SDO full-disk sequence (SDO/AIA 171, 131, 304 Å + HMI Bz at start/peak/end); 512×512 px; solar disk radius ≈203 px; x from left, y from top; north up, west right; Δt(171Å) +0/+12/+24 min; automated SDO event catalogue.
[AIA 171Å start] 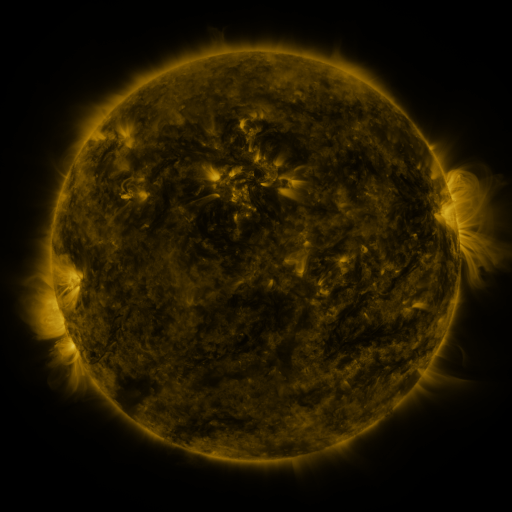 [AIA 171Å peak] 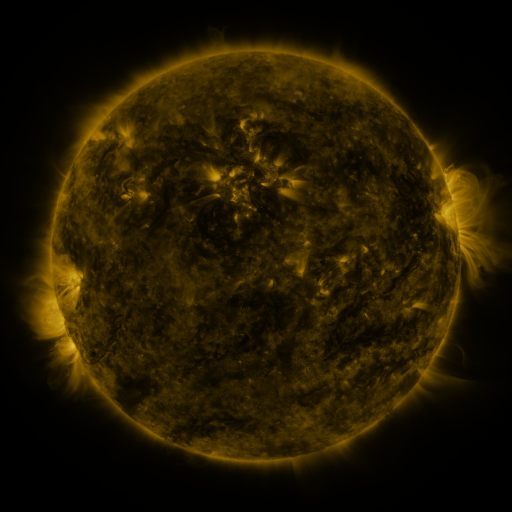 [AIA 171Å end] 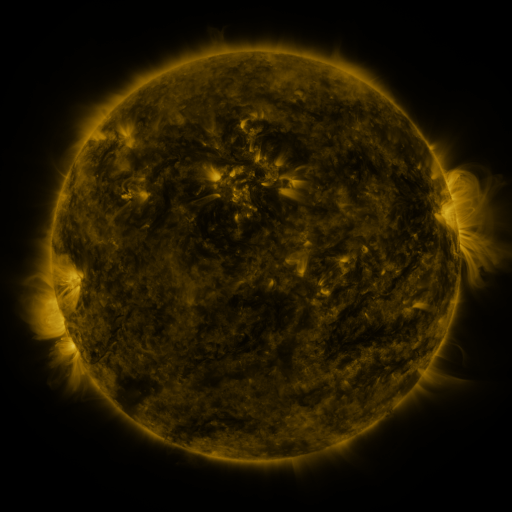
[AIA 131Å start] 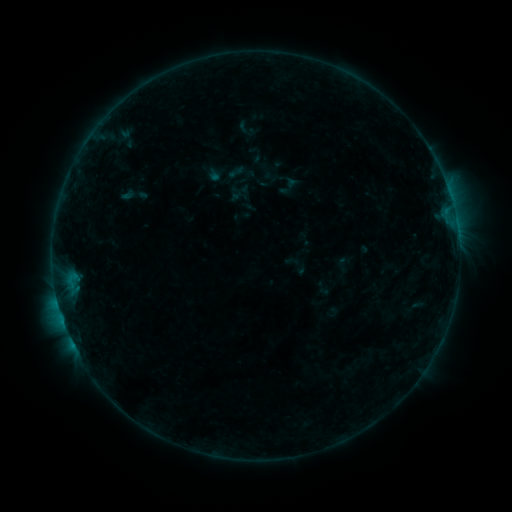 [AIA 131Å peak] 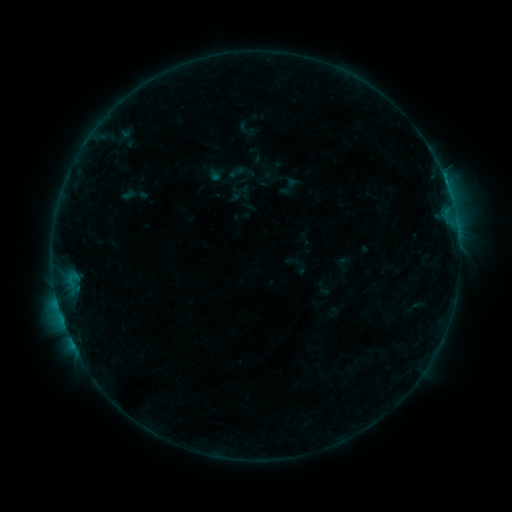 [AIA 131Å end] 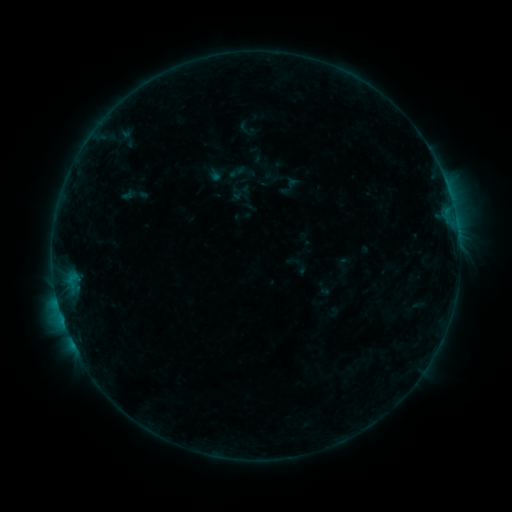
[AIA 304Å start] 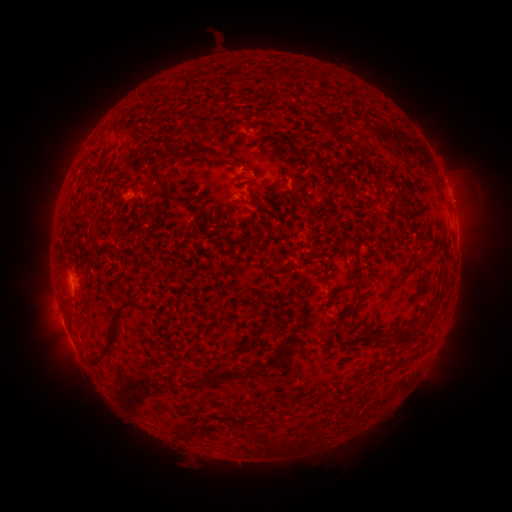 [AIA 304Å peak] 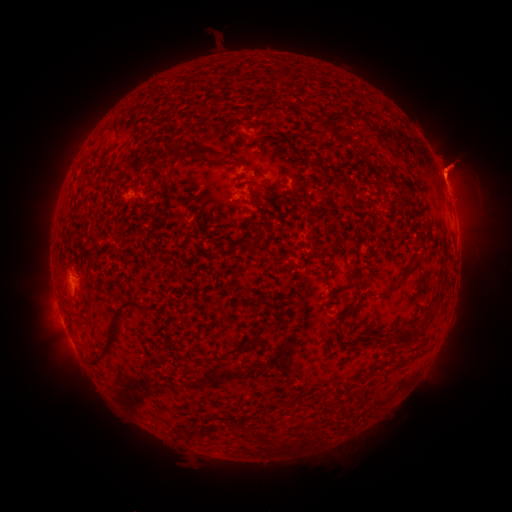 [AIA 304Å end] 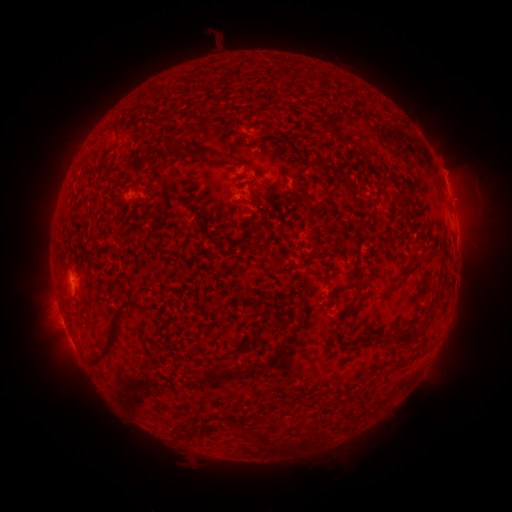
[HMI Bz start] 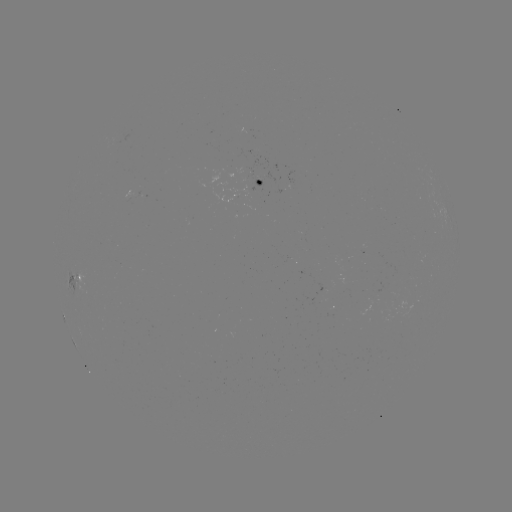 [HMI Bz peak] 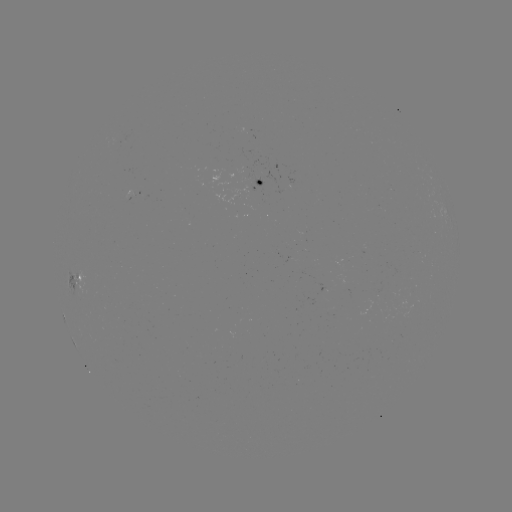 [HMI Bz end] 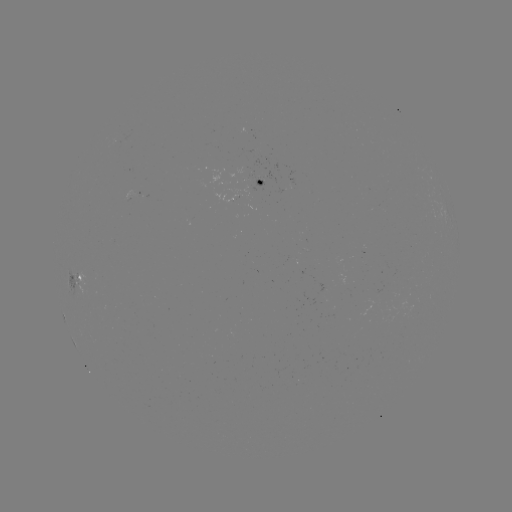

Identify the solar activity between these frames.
eruption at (454, 169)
